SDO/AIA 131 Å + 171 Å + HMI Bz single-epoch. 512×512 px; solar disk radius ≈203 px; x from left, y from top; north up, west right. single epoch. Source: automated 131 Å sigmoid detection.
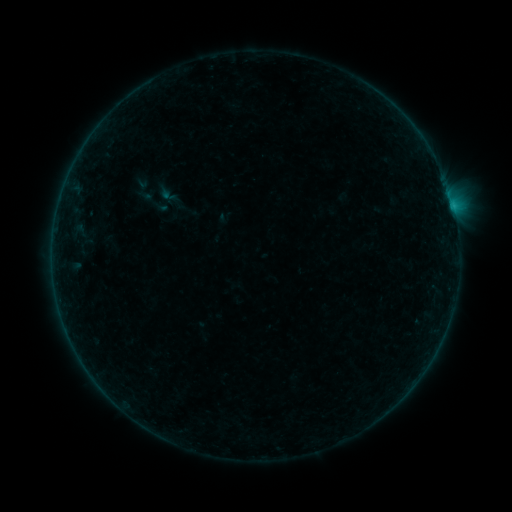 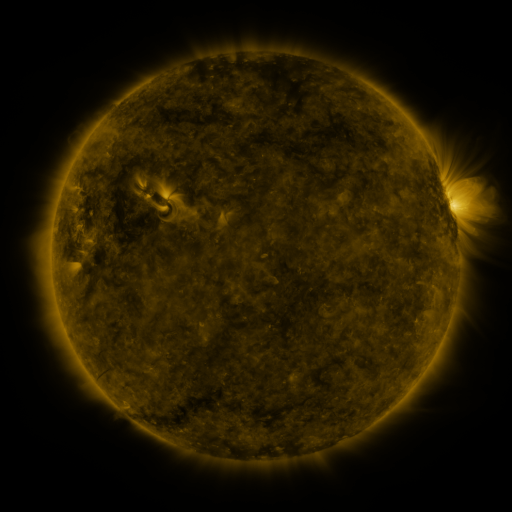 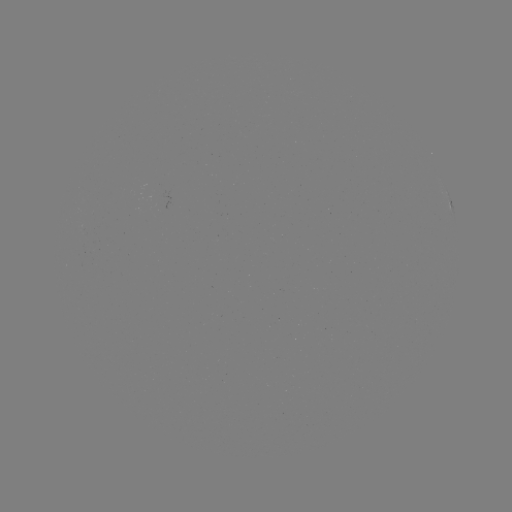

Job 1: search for sigmoid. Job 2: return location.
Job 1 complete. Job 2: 154,202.